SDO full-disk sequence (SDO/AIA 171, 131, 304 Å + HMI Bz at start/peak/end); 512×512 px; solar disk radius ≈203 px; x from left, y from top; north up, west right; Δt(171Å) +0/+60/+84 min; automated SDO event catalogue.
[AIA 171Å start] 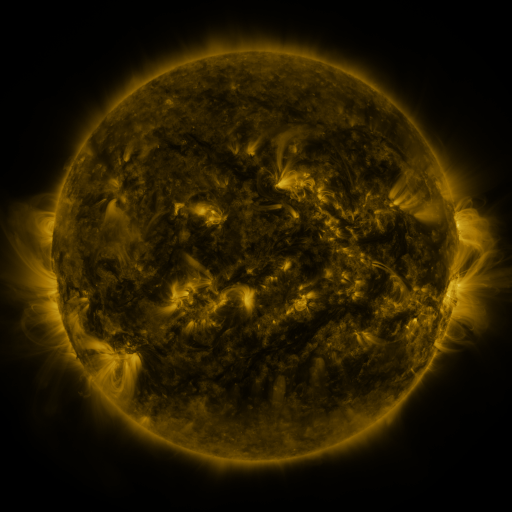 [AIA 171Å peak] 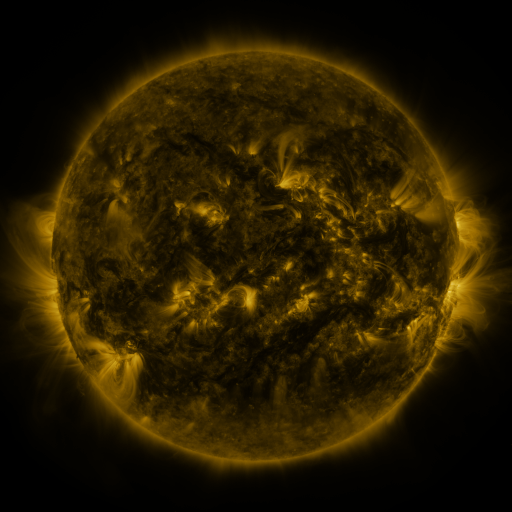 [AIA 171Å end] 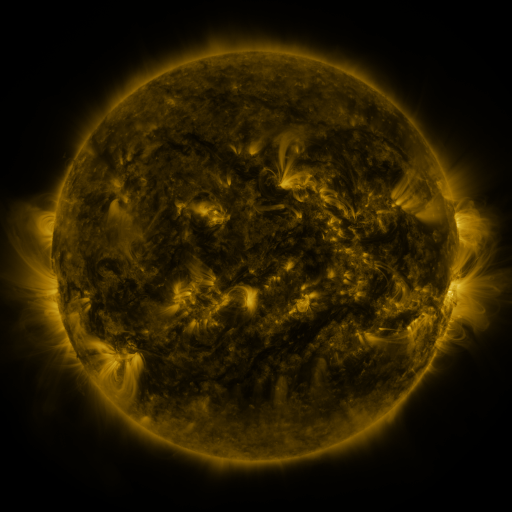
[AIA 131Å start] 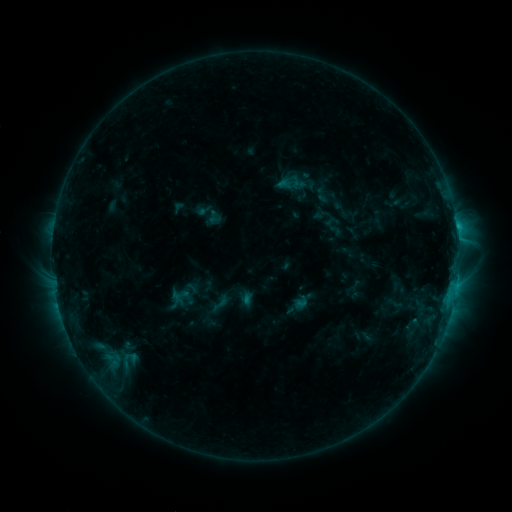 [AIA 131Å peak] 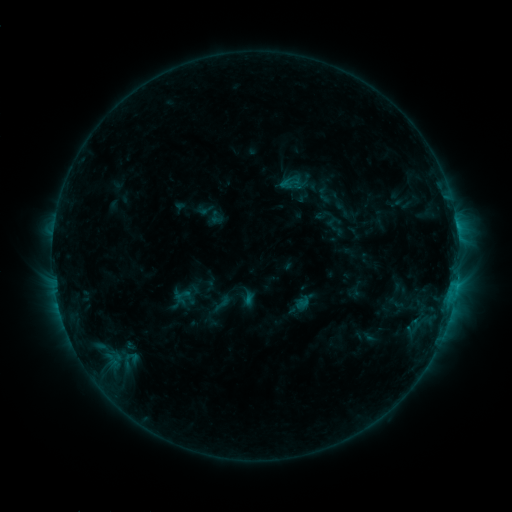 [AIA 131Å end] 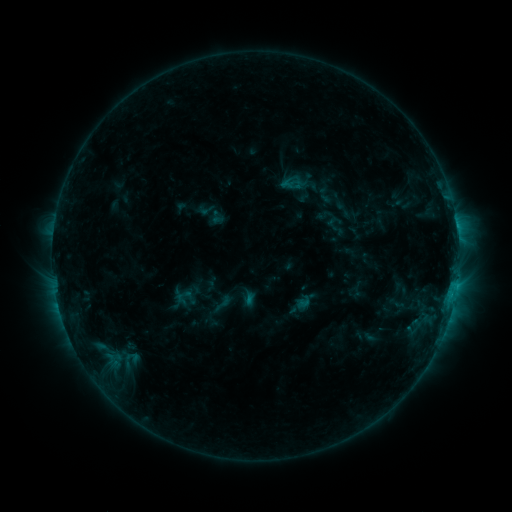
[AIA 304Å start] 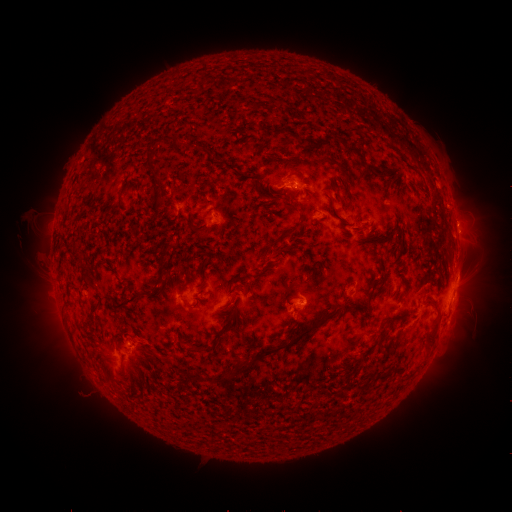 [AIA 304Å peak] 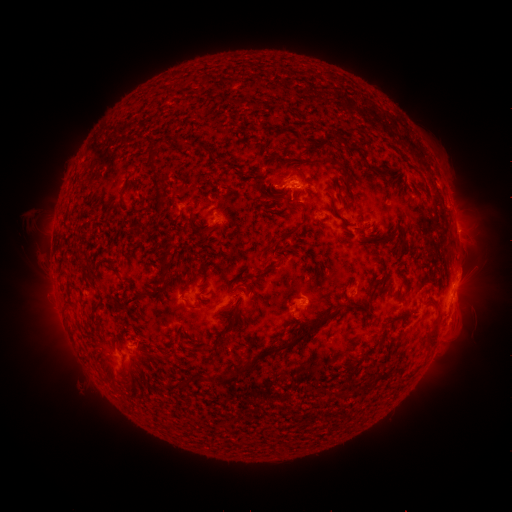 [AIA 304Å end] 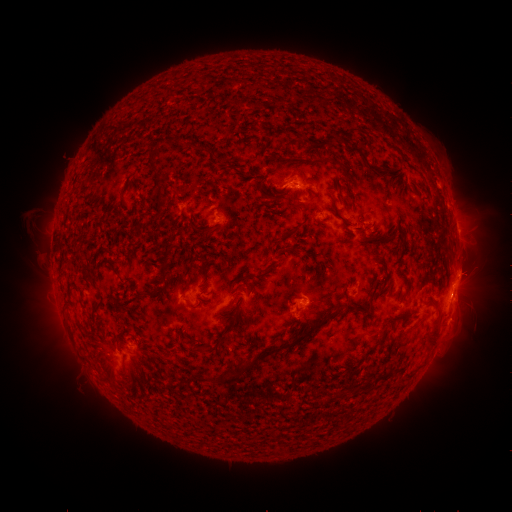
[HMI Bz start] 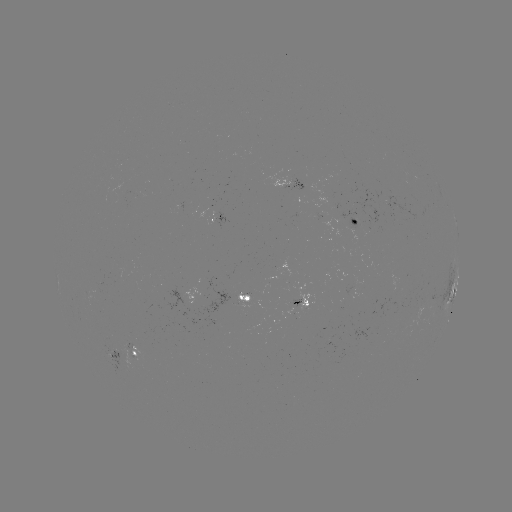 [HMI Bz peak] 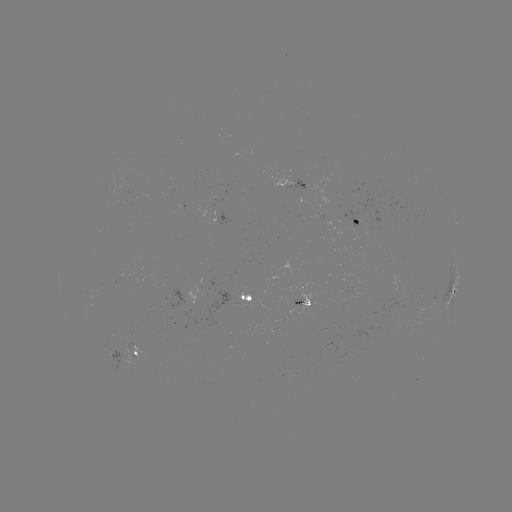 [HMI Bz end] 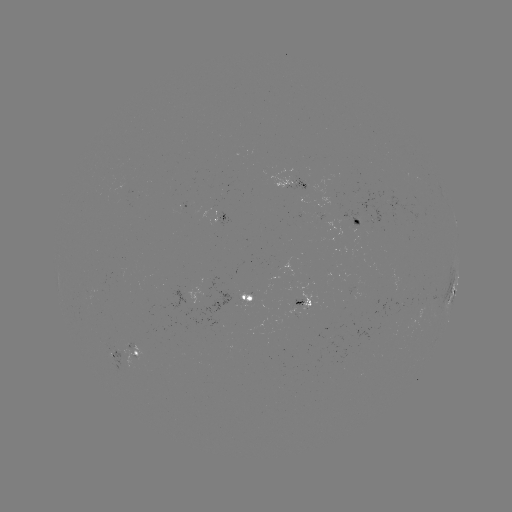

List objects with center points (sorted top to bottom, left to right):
emerging-flux region: (131, 357)
